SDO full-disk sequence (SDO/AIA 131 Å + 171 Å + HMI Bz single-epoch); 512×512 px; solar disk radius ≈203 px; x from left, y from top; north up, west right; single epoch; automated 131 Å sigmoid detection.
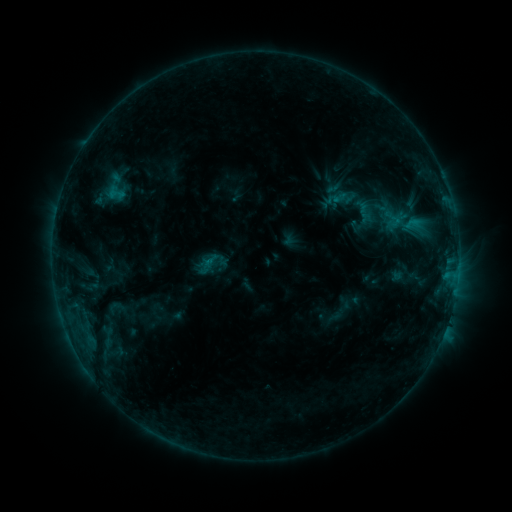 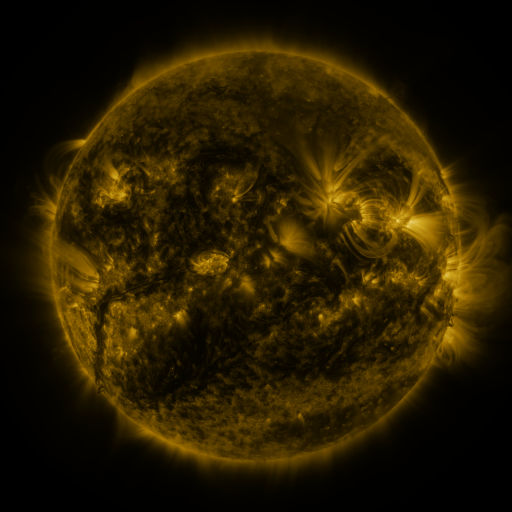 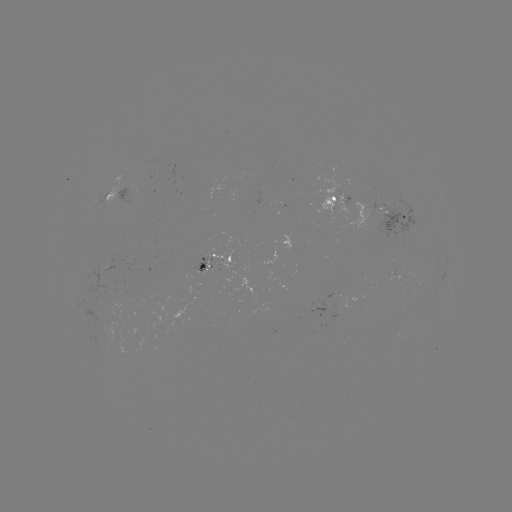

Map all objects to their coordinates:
sigmoid: (99, 171, 132, 204)
sigmoid: (324, 178, 346, 197)
